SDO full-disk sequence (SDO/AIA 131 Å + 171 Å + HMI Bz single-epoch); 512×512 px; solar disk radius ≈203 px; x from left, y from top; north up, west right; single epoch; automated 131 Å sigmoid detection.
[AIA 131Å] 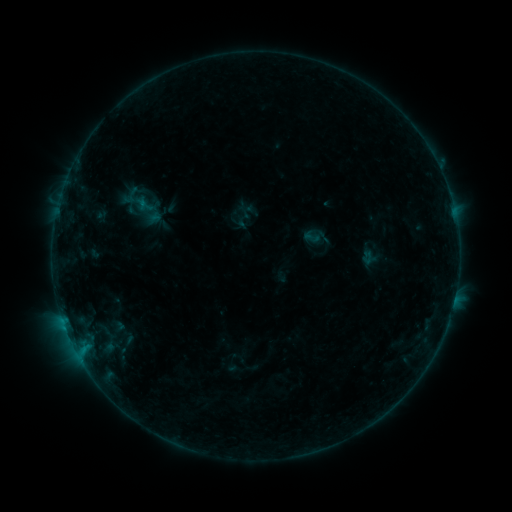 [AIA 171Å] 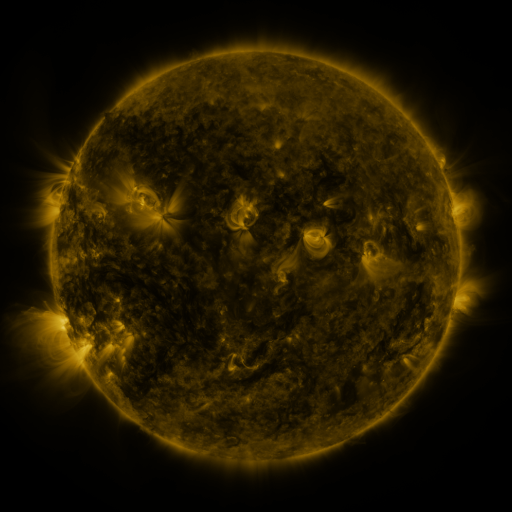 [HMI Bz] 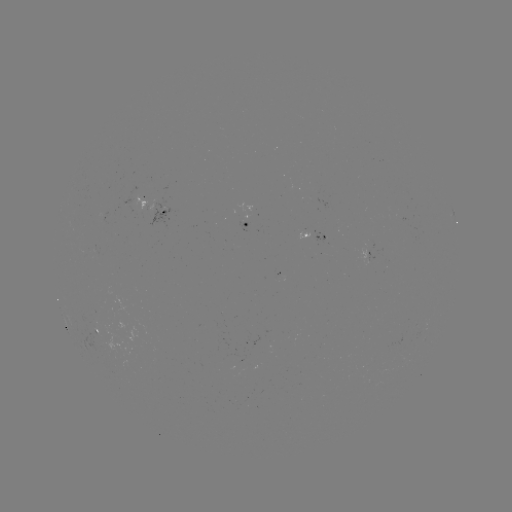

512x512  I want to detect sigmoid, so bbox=[124, 184, 141, 205].